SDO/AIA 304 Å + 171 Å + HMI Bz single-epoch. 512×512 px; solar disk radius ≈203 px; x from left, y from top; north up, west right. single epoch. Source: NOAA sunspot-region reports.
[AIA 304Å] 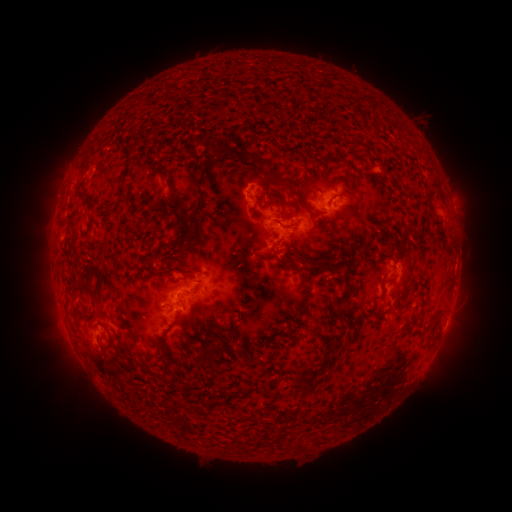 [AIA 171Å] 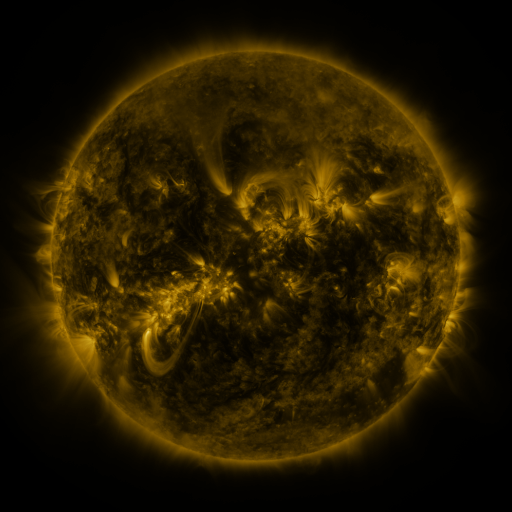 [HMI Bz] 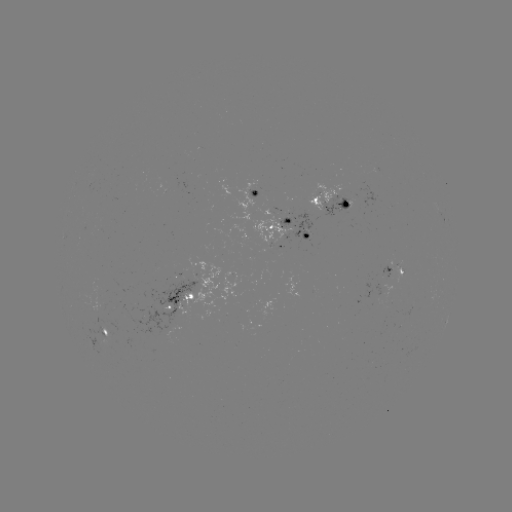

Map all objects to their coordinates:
spotted active region: (256, 196)
spotted active region: (330, 200)
spotted active region: (443, 220)
spotted active region: (287, 228)
spotted active region: (280, 249)
spotted active region: (394, 269)
spotted active region: (204, 285)
spotted active region: (182, 302)
spotted active region: (107, 333)
